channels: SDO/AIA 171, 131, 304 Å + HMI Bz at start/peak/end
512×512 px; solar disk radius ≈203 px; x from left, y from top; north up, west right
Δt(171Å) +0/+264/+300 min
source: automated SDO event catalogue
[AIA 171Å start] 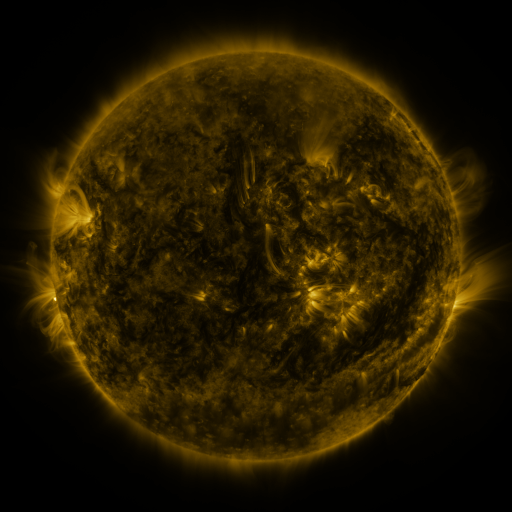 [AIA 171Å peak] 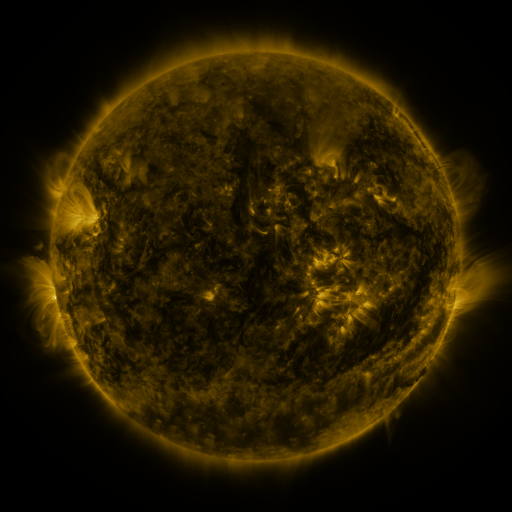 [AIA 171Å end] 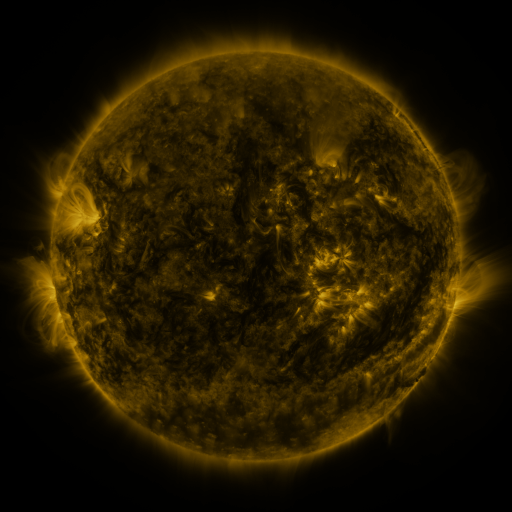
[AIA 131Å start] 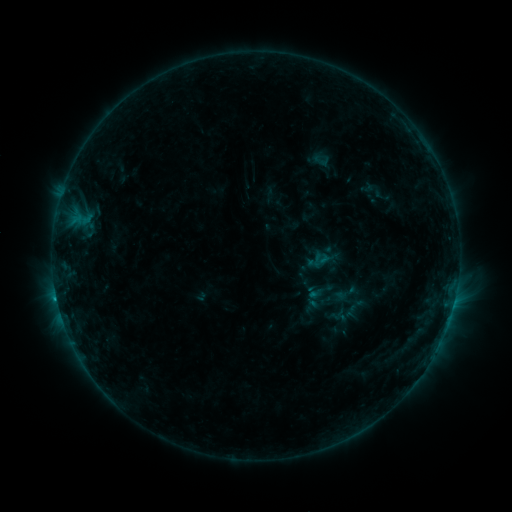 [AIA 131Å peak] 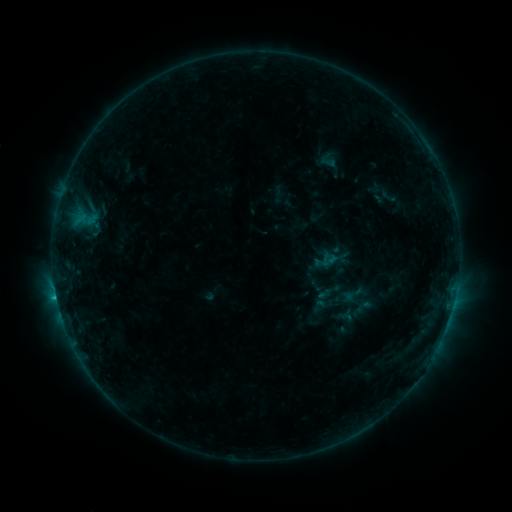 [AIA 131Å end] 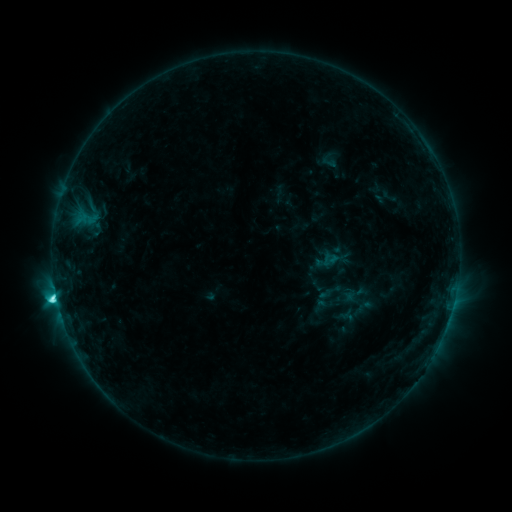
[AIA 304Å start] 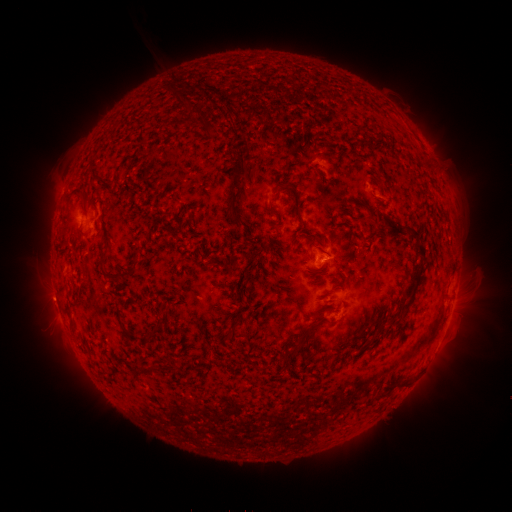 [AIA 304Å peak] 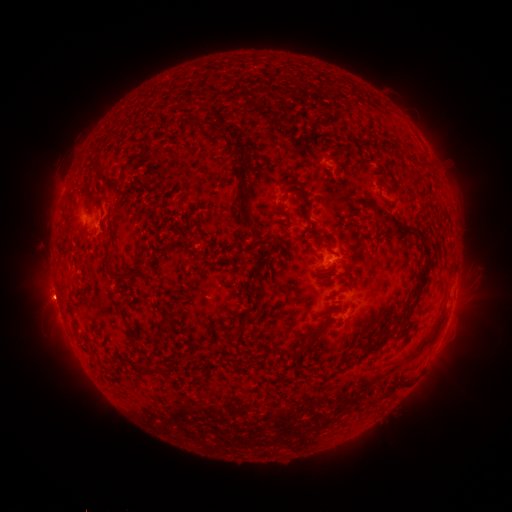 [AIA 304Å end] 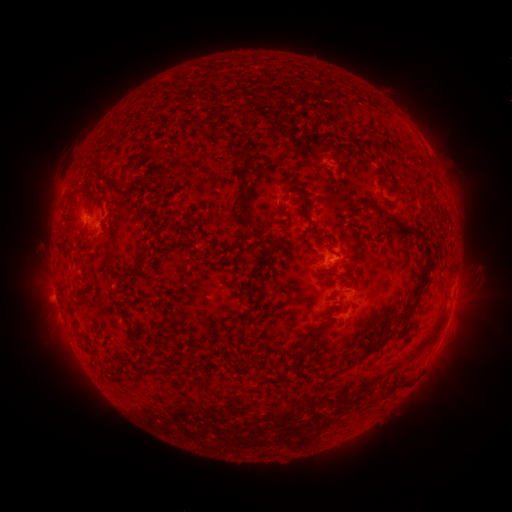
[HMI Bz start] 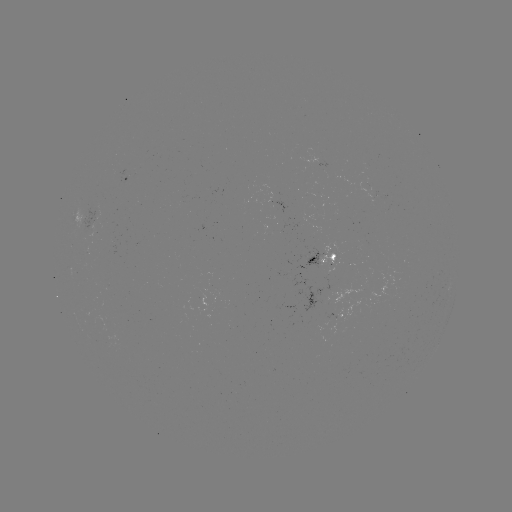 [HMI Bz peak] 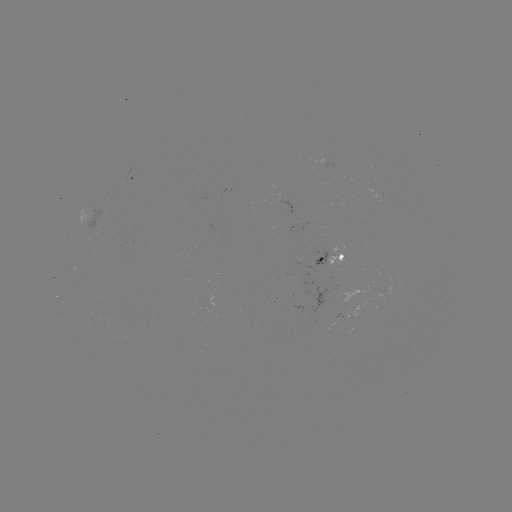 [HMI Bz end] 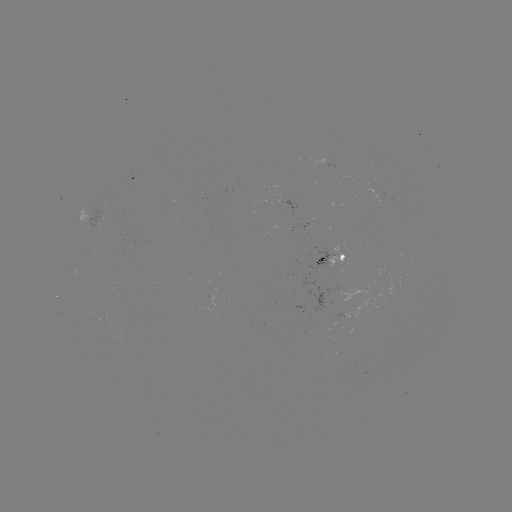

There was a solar emerging-flux region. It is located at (337, 263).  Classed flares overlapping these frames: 1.